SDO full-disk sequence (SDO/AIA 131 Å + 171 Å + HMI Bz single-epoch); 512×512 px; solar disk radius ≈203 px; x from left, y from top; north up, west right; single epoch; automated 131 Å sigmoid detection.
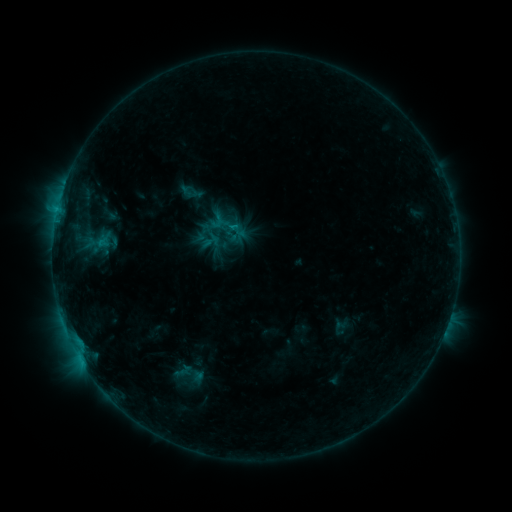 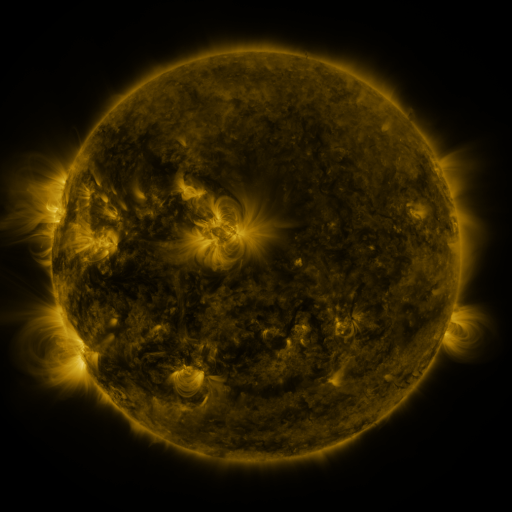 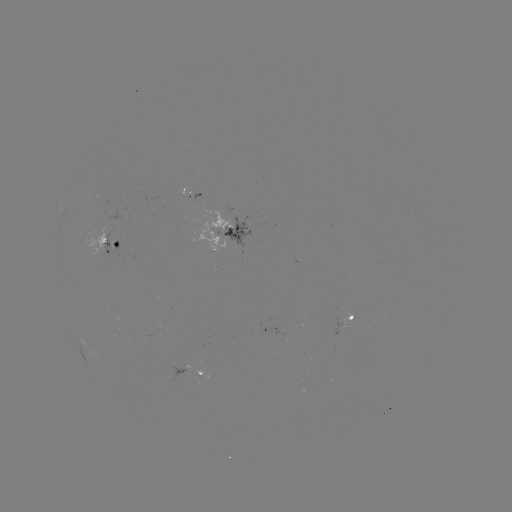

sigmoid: <bbox>214, 213, 237, 237</bbox>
